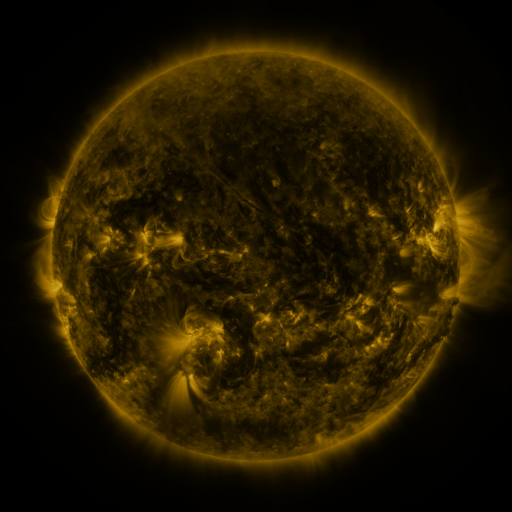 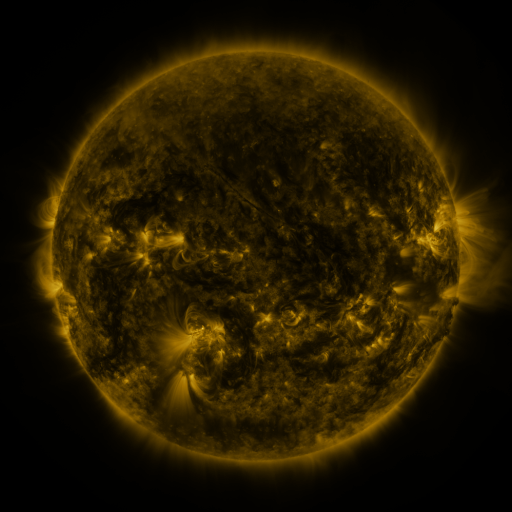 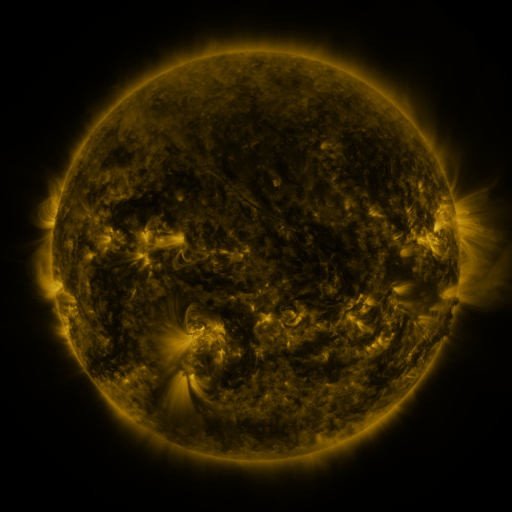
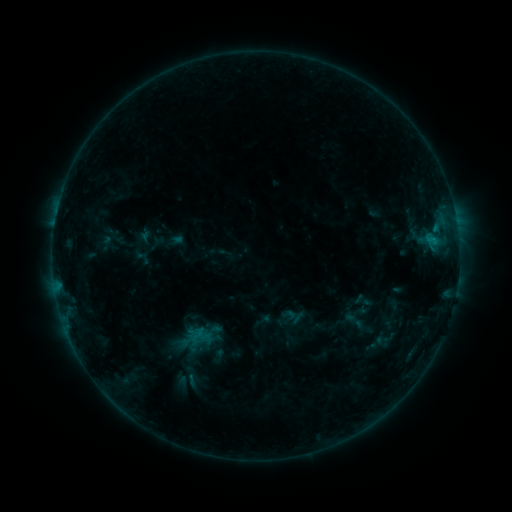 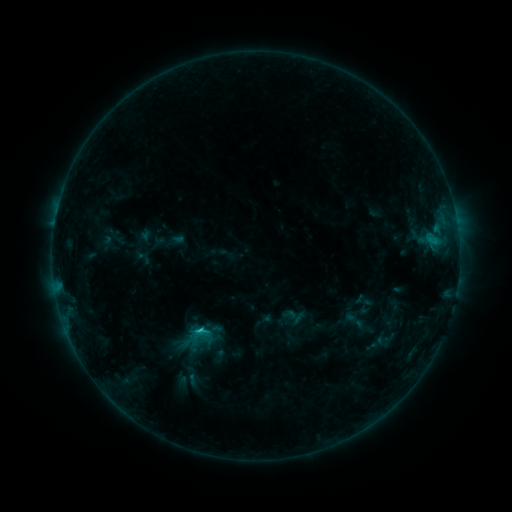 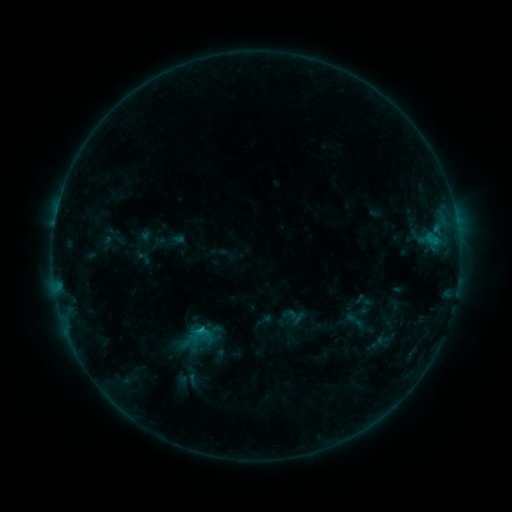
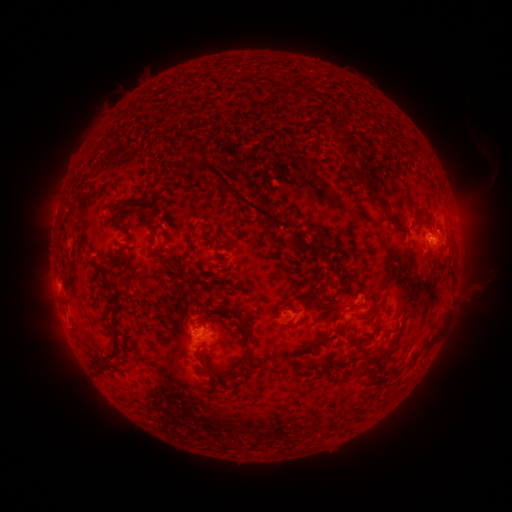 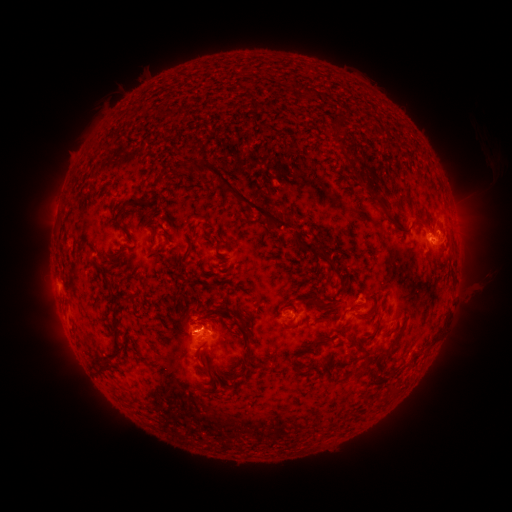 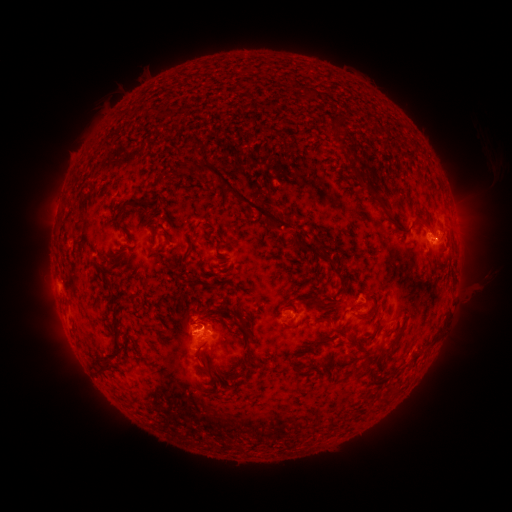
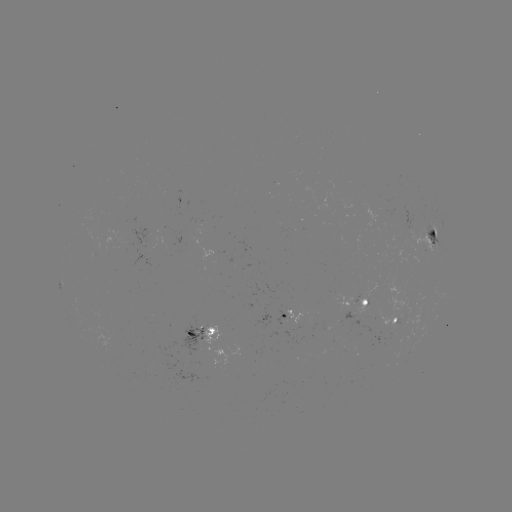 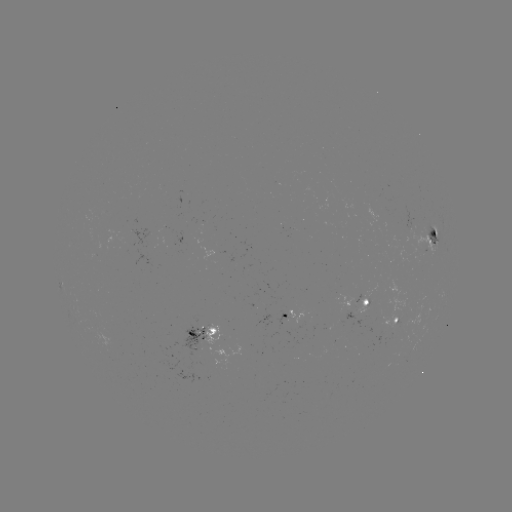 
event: flare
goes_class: C1.0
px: (201, 328)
